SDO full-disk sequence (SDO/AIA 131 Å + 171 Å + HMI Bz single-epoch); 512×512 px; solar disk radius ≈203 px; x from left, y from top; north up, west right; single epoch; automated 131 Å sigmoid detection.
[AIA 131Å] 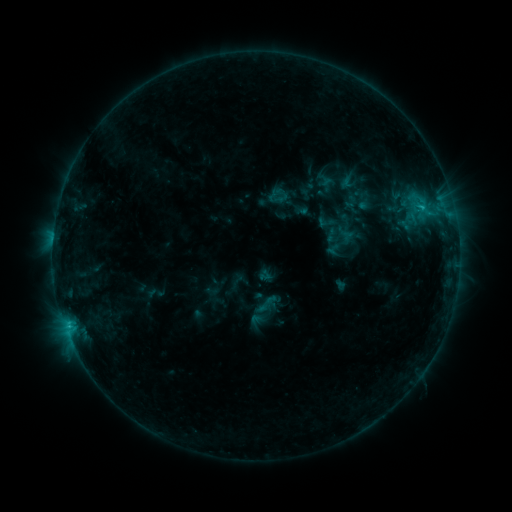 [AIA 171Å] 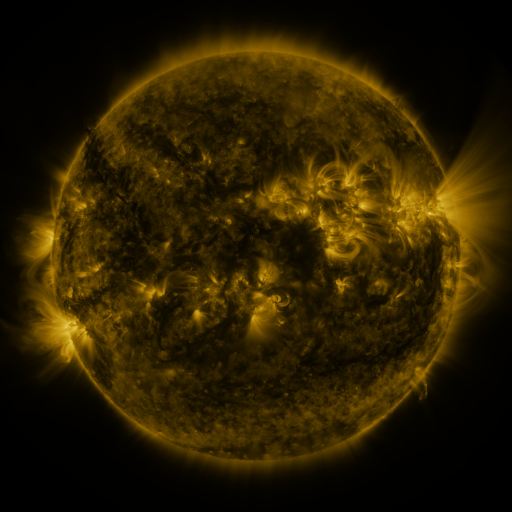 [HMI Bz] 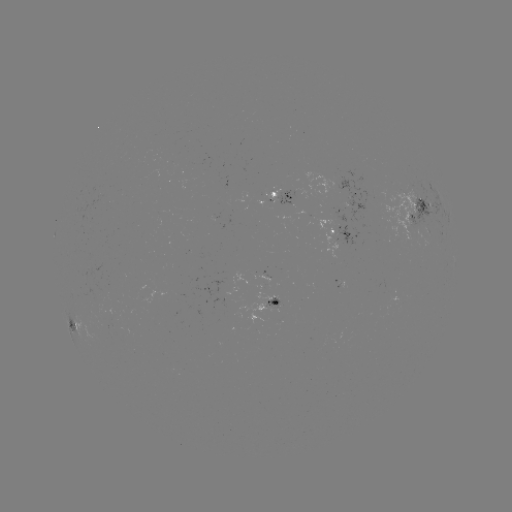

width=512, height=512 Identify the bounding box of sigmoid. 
[255, 292, 278, 315].